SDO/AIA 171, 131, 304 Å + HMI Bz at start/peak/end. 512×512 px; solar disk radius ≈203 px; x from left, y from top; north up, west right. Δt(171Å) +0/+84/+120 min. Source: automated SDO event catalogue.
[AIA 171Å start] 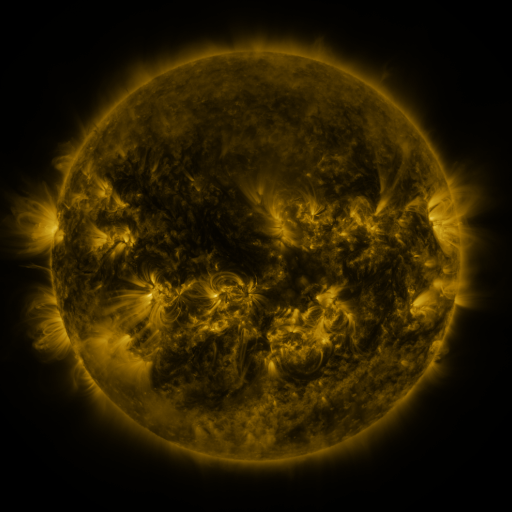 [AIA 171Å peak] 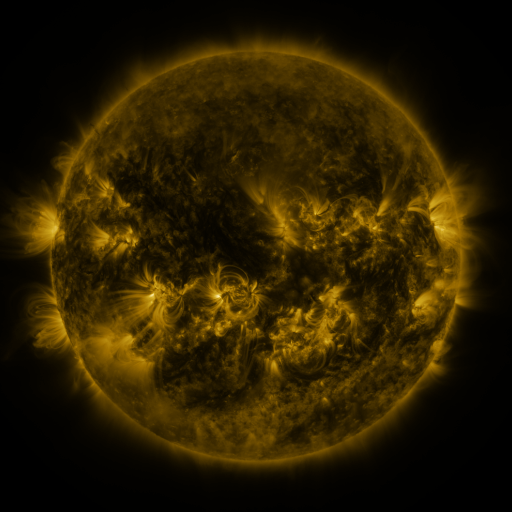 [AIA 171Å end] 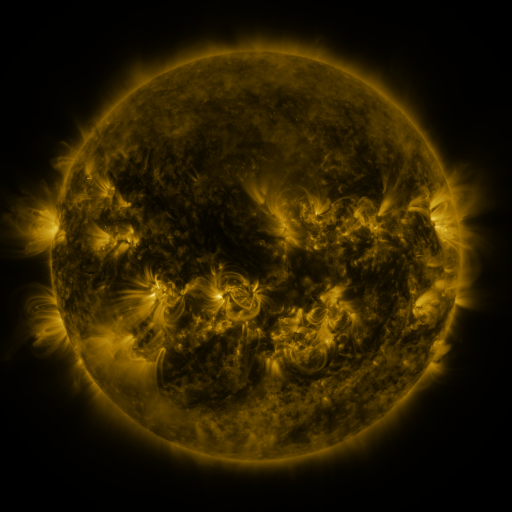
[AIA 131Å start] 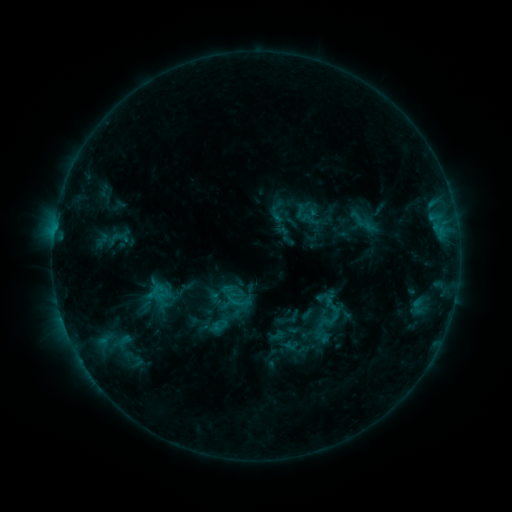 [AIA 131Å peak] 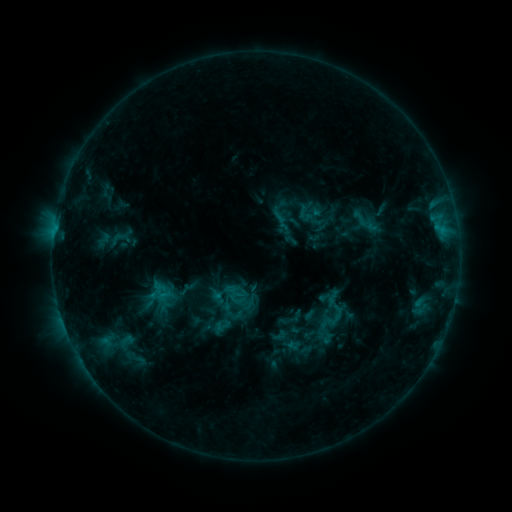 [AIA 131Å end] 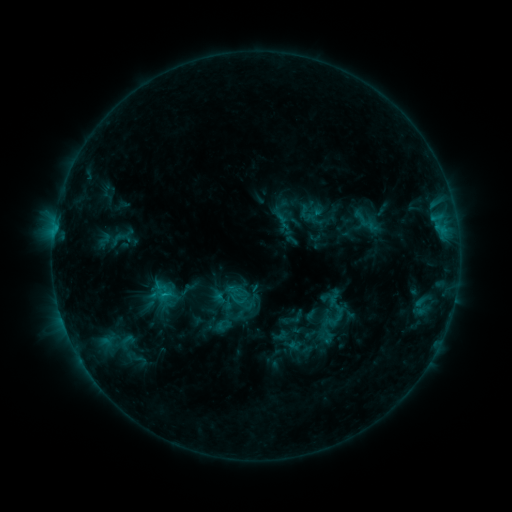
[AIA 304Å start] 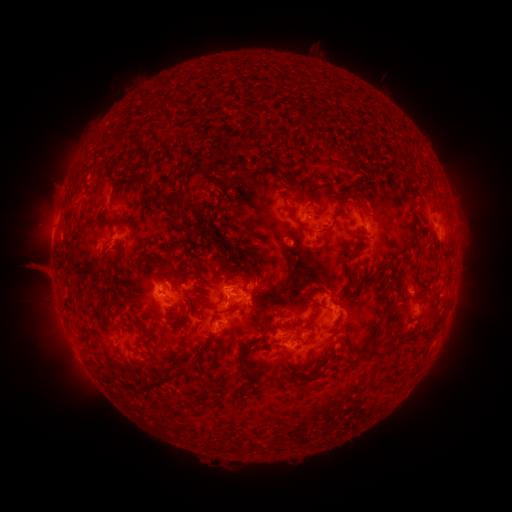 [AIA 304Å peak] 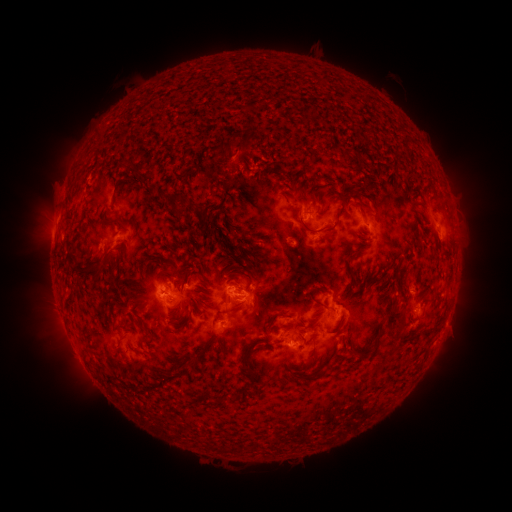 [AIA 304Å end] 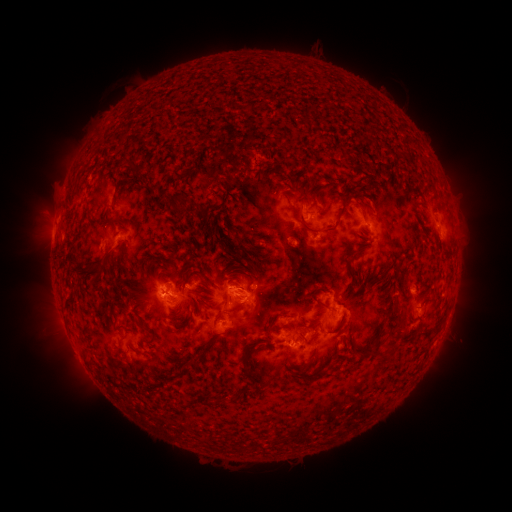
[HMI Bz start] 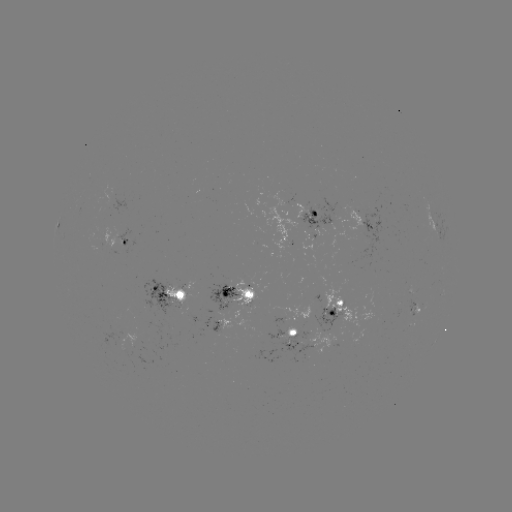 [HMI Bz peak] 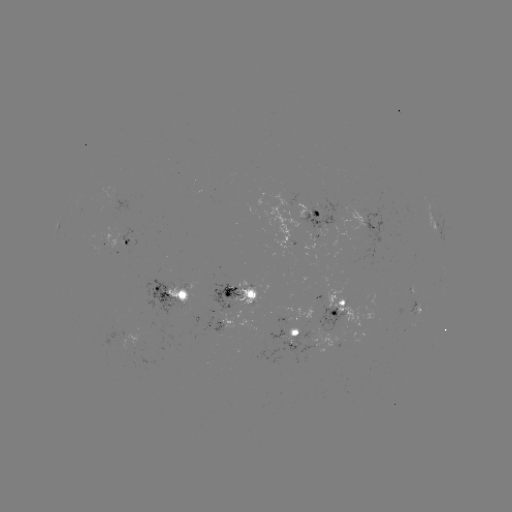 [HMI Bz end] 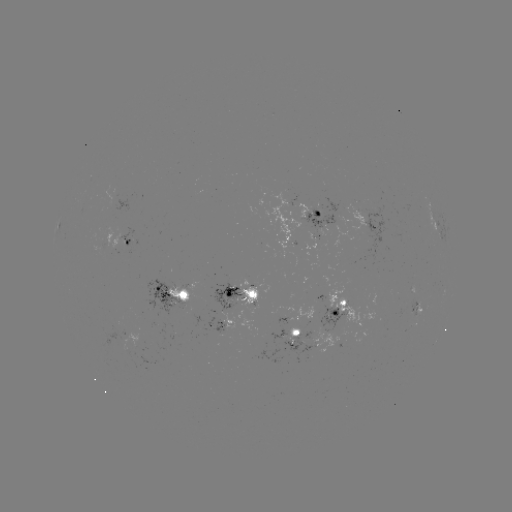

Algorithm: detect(emerging-flux region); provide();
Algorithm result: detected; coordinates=[119, 192]